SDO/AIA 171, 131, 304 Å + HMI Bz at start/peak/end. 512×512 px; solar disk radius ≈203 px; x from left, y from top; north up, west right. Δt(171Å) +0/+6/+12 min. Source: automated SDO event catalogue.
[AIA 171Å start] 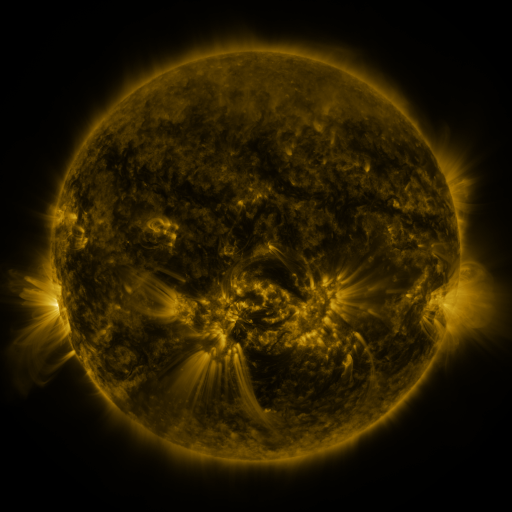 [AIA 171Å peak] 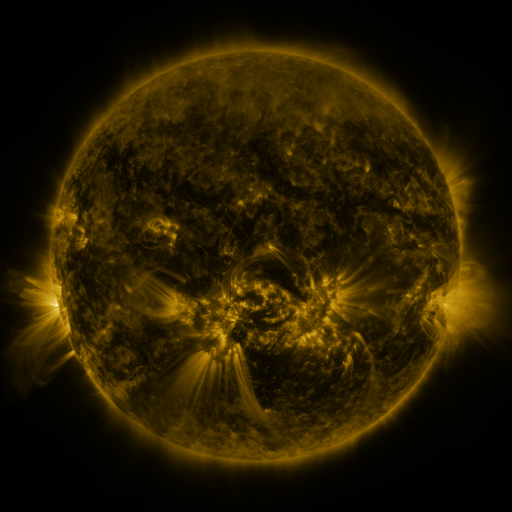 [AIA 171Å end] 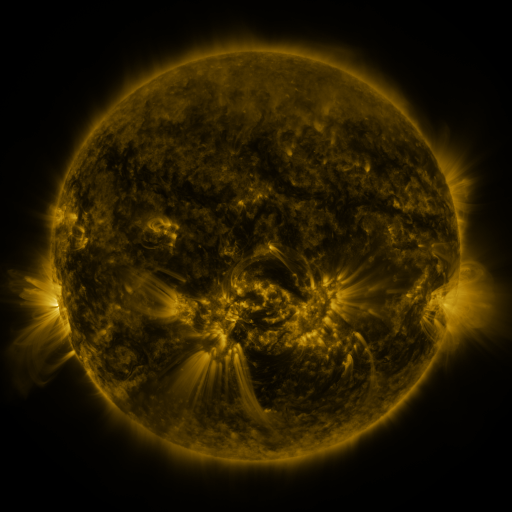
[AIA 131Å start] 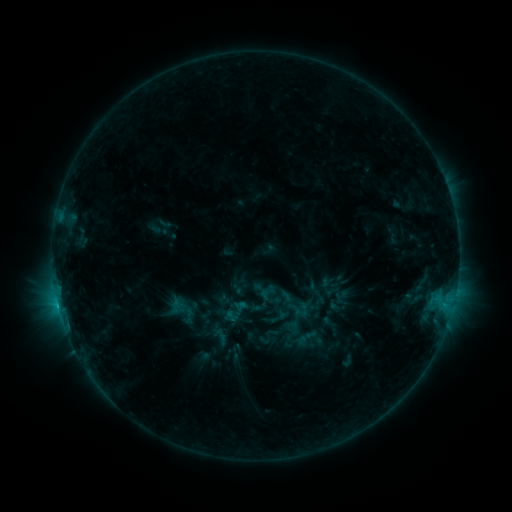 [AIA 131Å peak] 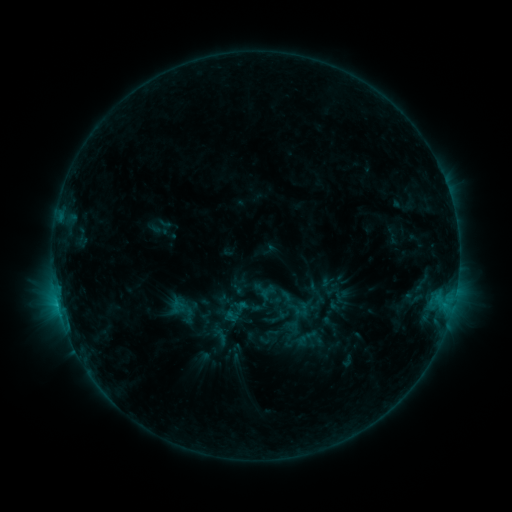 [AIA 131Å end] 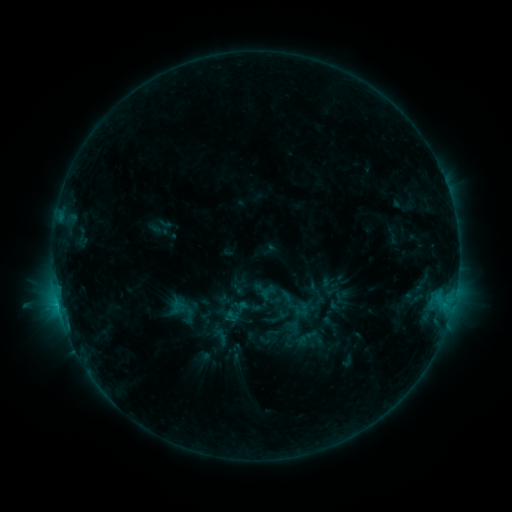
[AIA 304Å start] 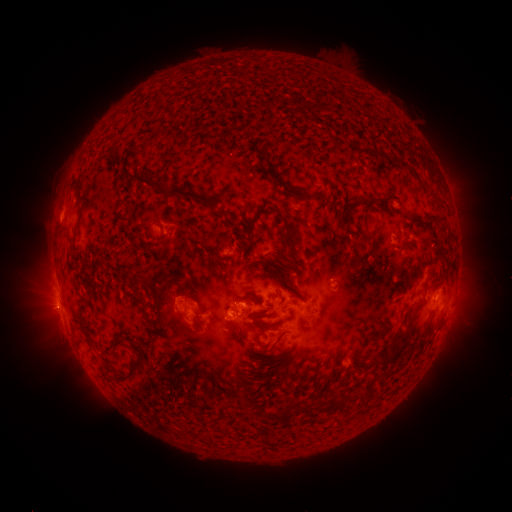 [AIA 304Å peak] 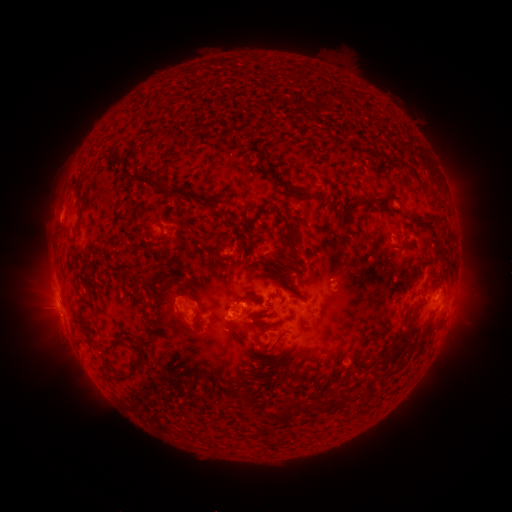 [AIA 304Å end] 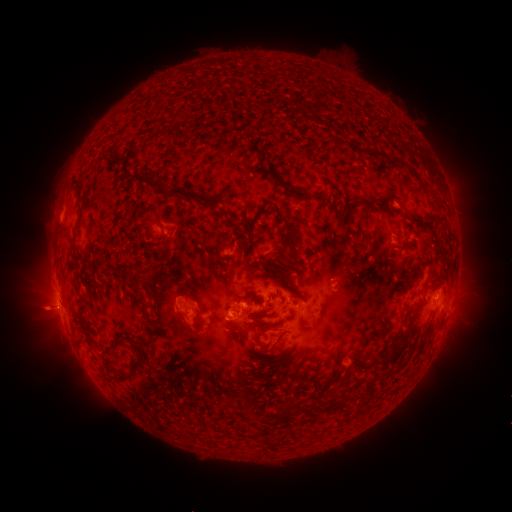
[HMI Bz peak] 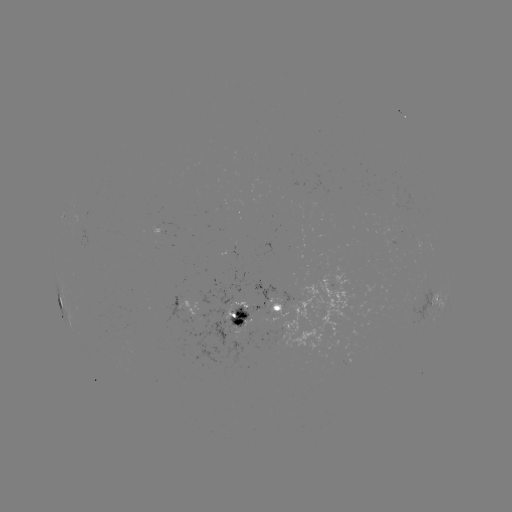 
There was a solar flare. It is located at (434, 294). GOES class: C2.6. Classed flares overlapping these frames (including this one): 1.